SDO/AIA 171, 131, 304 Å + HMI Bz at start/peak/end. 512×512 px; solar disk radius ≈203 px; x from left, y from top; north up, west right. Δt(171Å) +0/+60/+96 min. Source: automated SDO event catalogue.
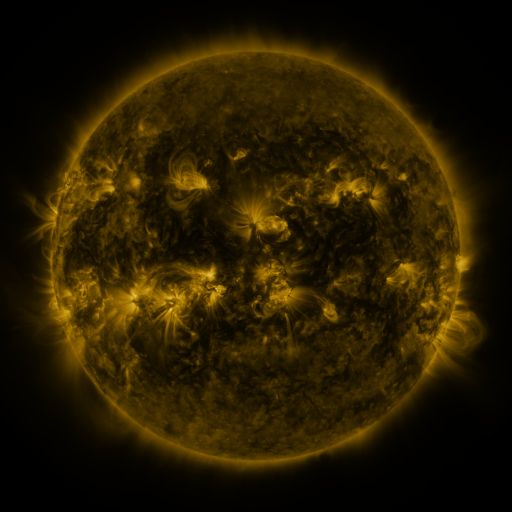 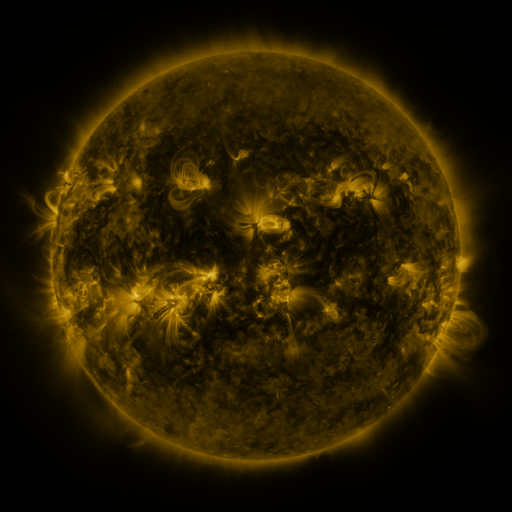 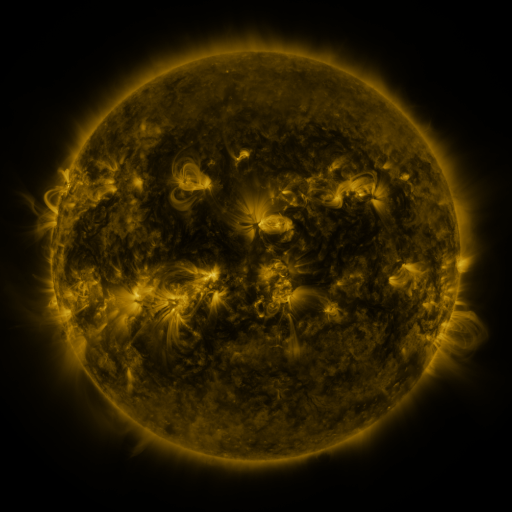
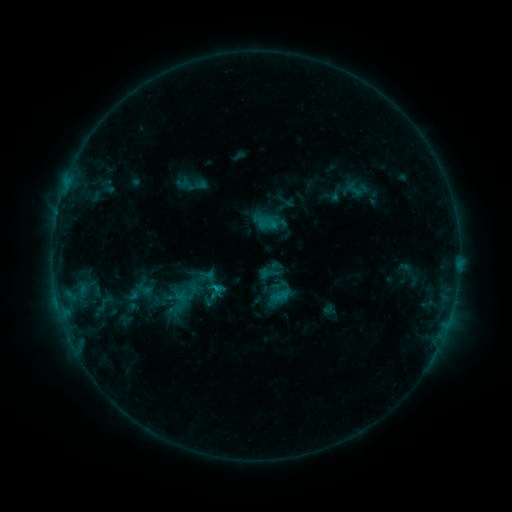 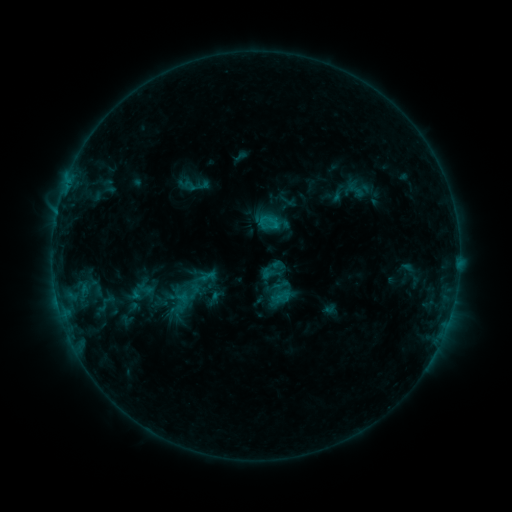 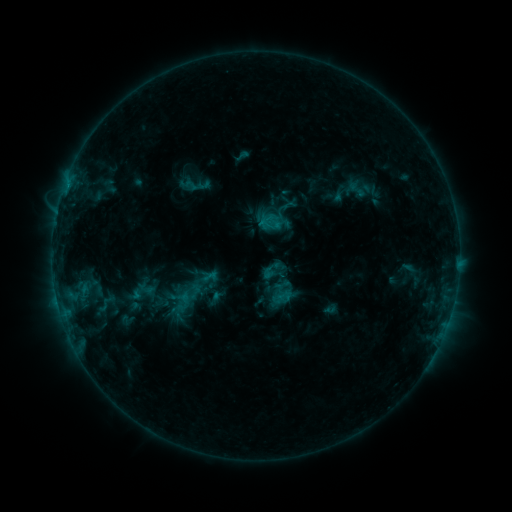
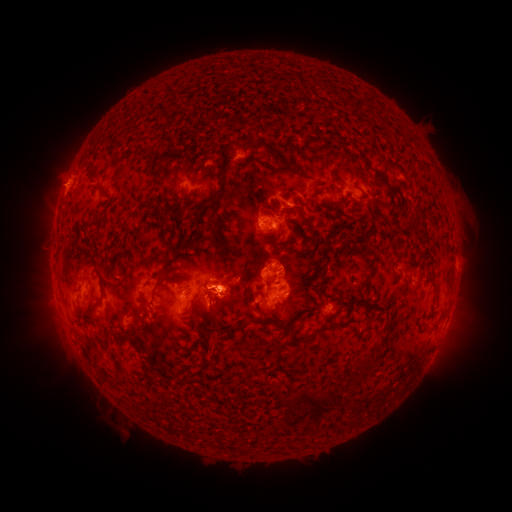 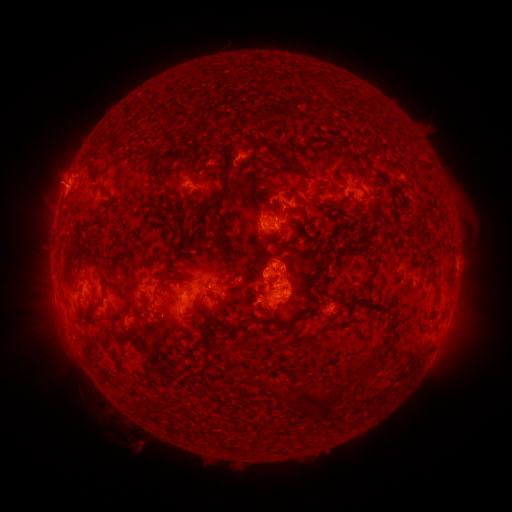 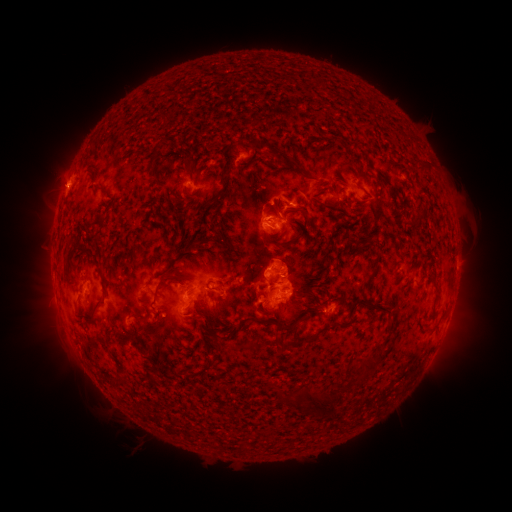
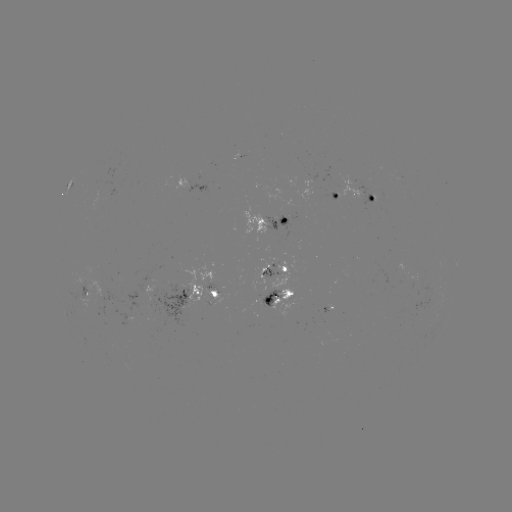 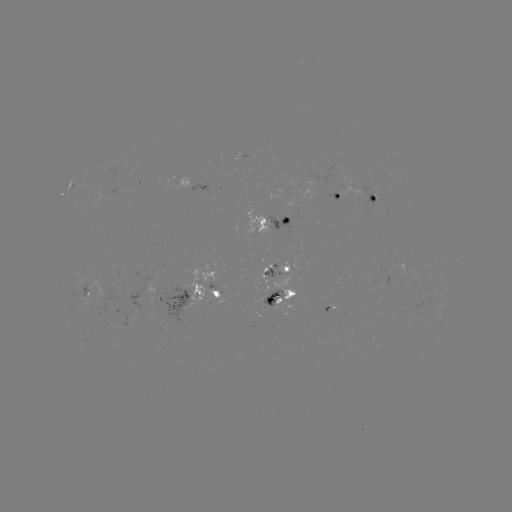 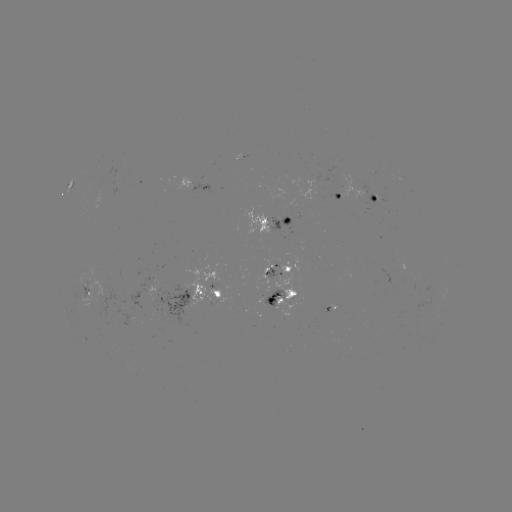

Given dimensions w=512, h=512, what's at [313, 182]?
emerging-flux region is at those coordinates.